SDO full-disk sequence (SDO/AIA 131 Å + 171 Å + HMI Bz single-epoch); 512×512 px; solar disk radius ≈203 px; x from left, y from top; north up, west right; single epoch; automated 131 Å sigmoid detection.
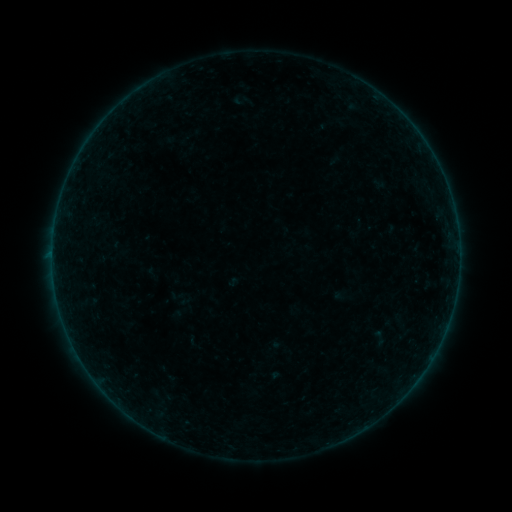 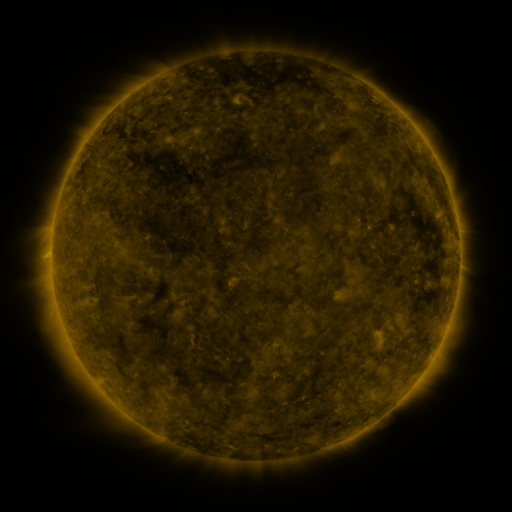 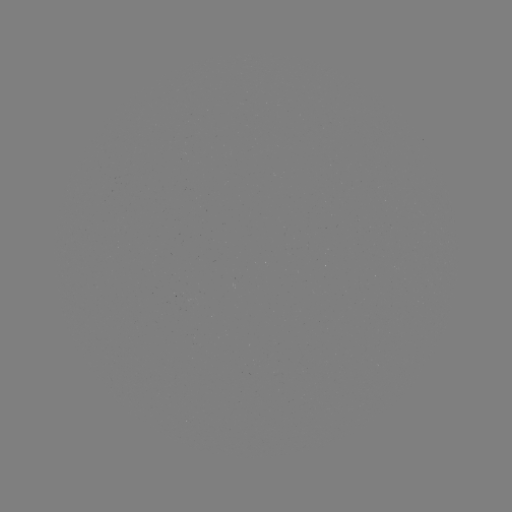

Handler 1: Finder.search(sigmoid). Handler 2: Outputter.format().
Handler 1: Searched sigmoid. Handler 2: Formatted [379, 338].